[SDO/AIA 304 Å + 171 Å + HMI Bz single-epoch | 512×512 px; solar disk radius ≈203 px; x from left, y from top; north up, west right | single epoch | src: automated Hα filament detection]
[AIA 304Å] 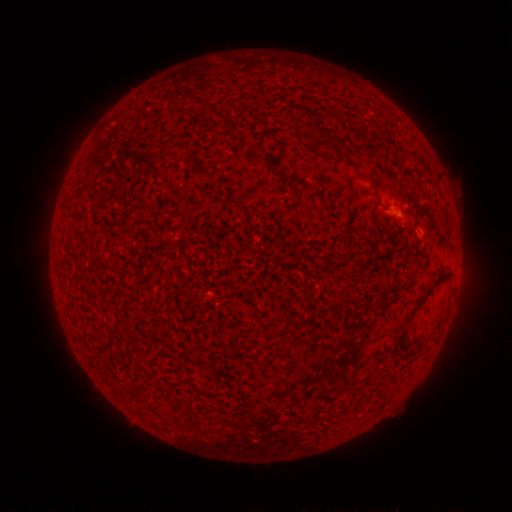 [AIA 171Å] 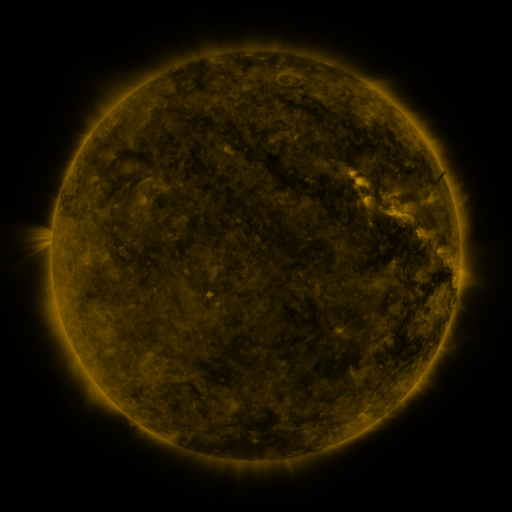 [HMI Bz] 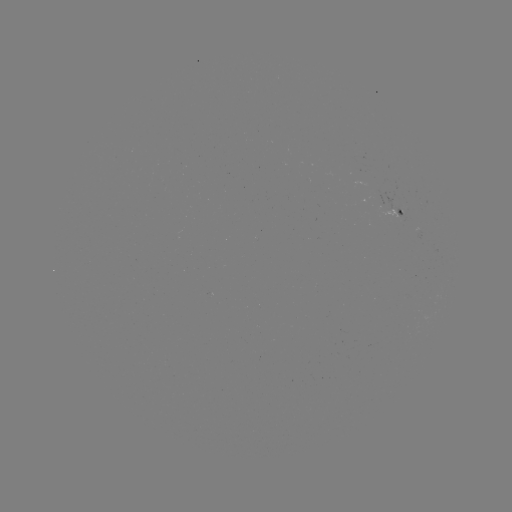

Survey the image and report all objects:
filament: (365, 126)
filament: (322, 134)
filament: (264, 161)
filament: (292, 178)
filament: (428, 291)
filament: (402, 342)
filament: (206, 391)
